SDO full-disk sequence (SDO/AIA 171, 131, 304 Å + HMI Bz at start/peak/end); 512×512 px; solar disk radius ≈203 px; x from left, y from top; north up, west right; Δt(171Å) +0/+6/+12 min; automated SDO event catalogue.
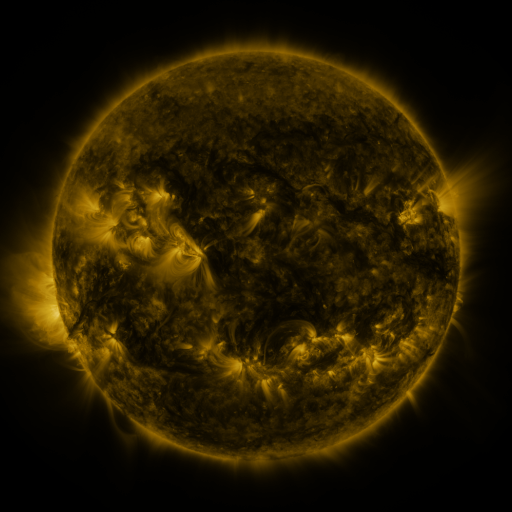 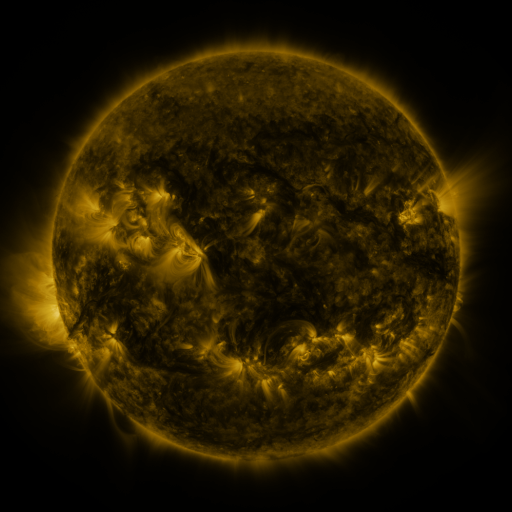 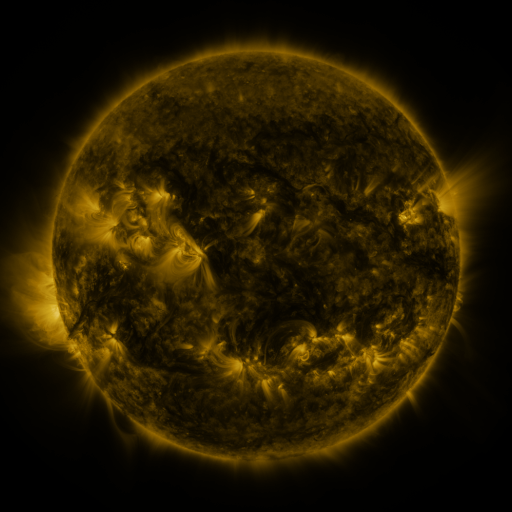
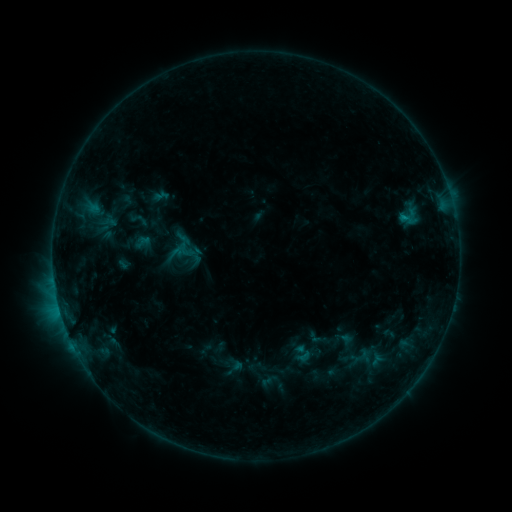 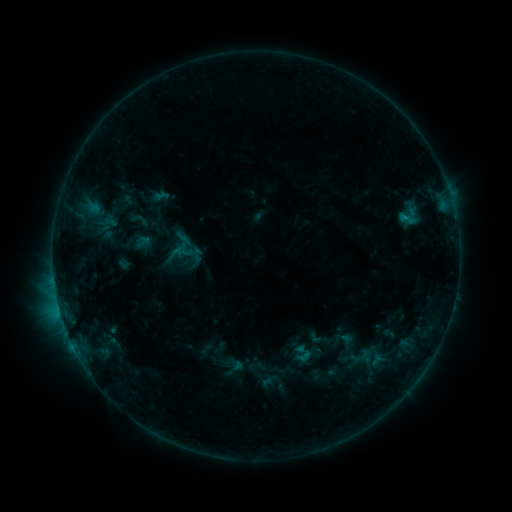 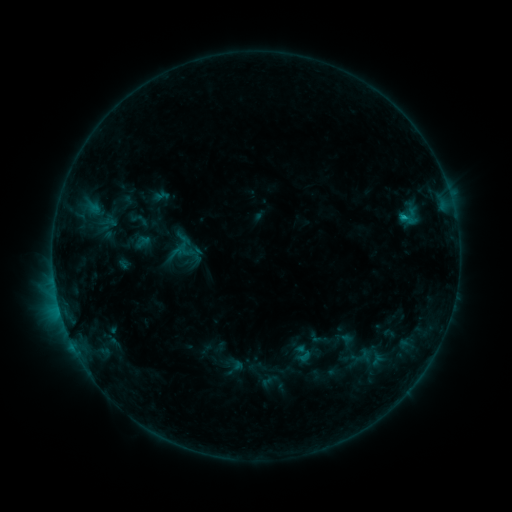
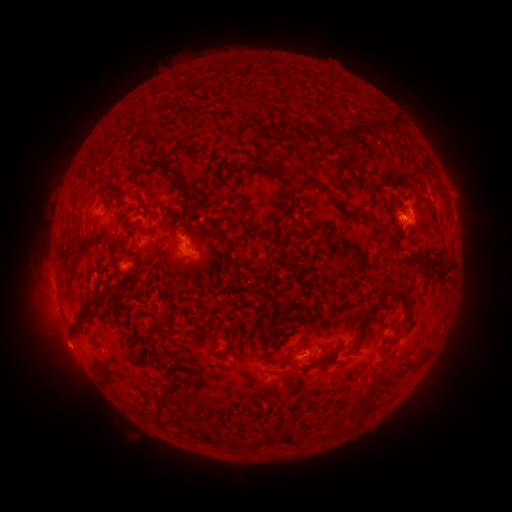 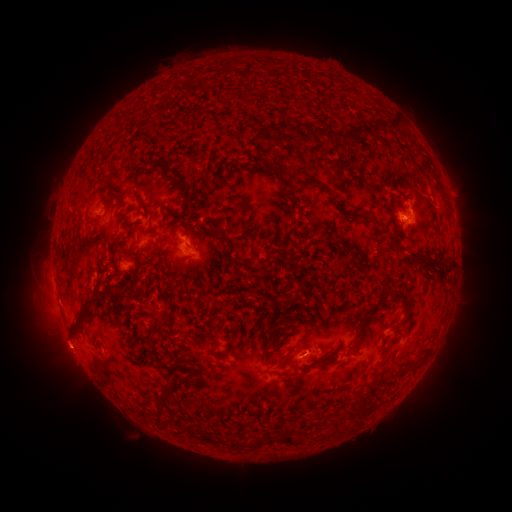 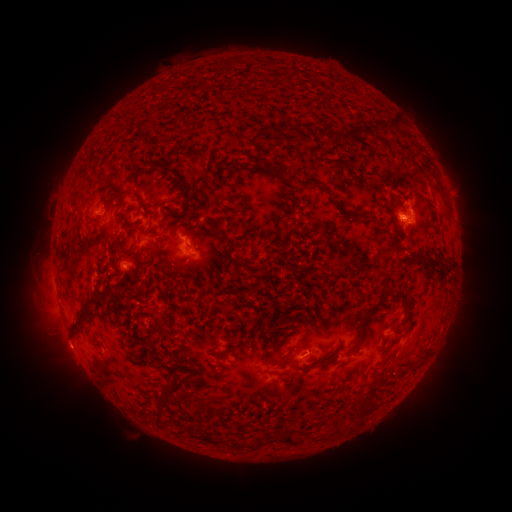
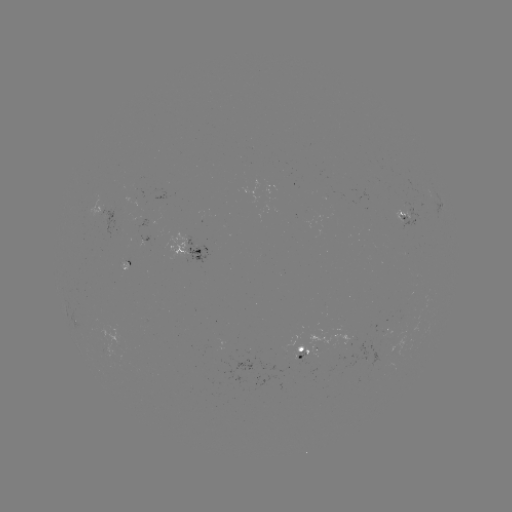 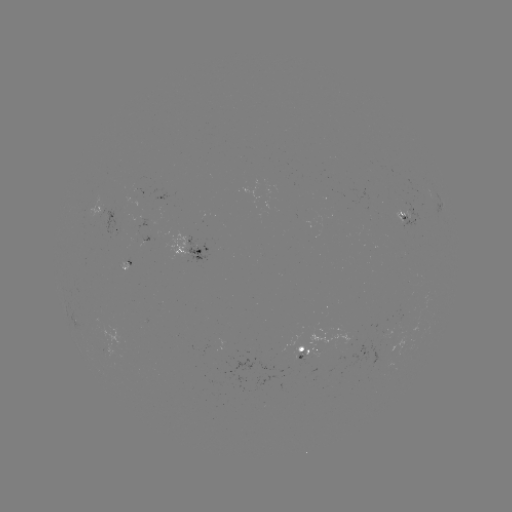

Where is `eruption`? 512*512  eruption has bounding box [41, 329, 87, 374].